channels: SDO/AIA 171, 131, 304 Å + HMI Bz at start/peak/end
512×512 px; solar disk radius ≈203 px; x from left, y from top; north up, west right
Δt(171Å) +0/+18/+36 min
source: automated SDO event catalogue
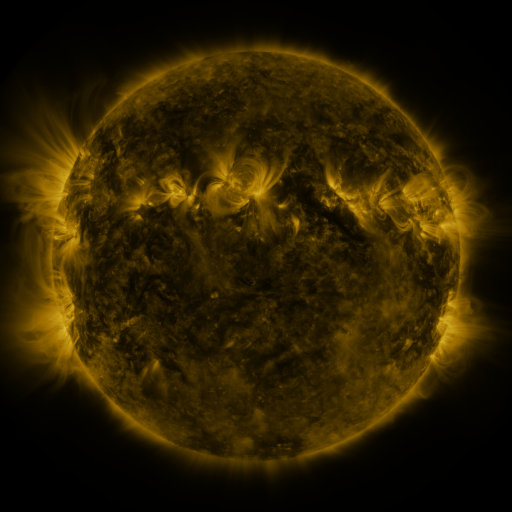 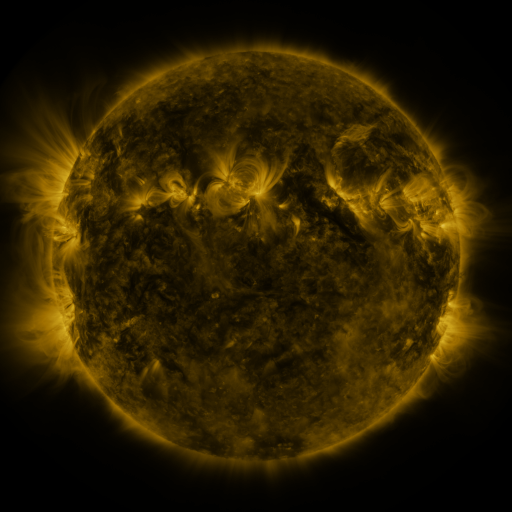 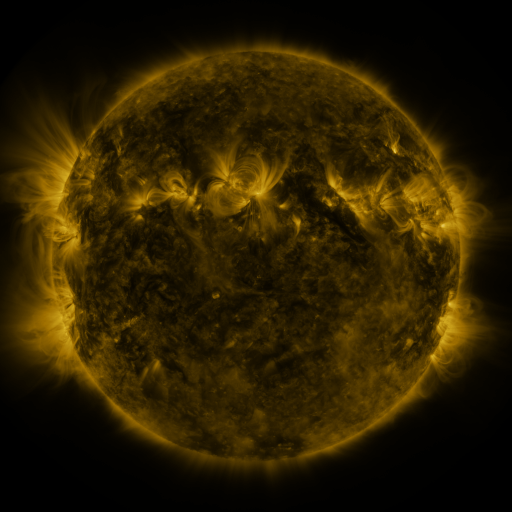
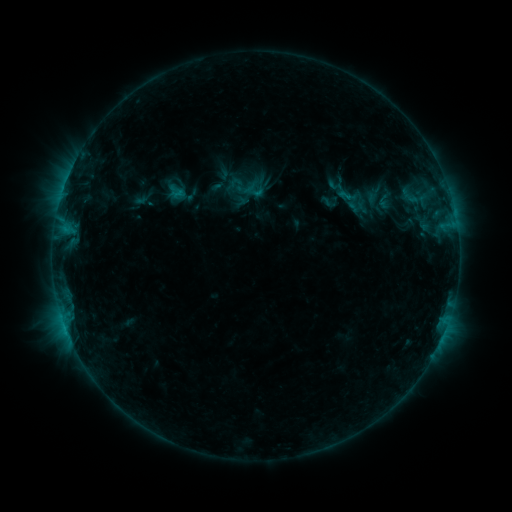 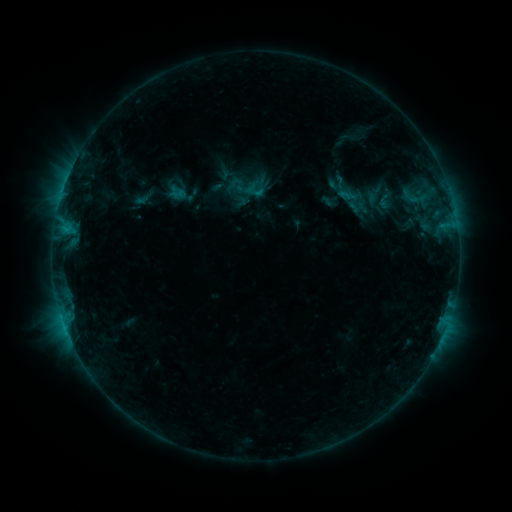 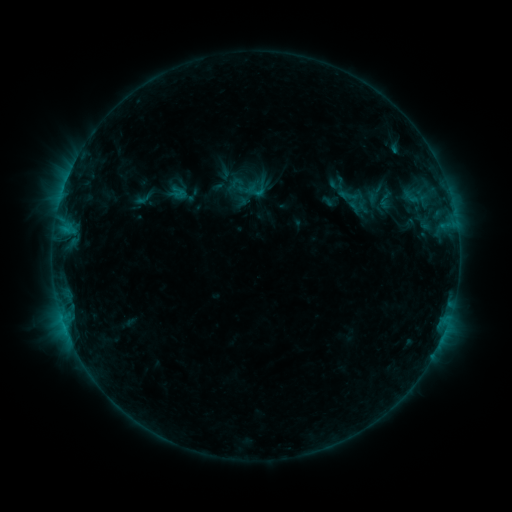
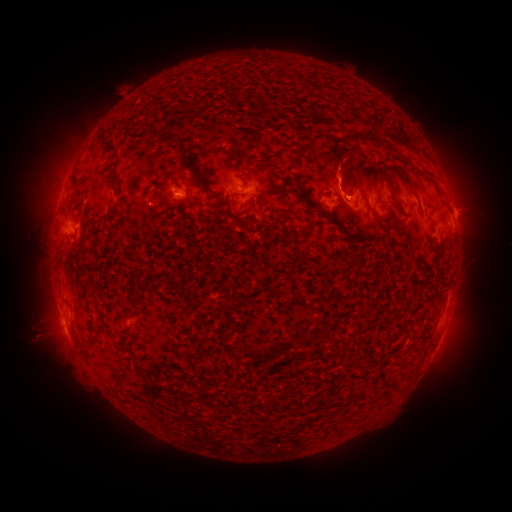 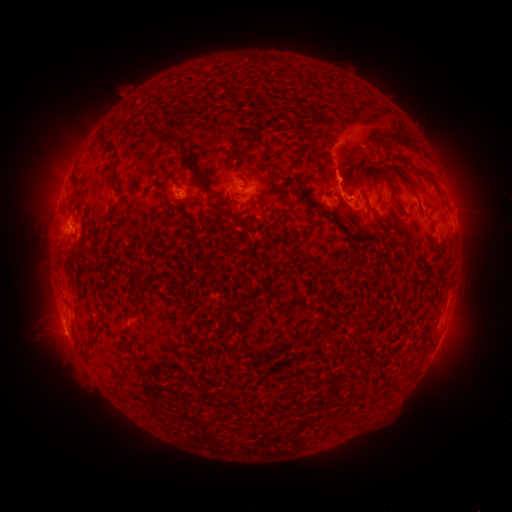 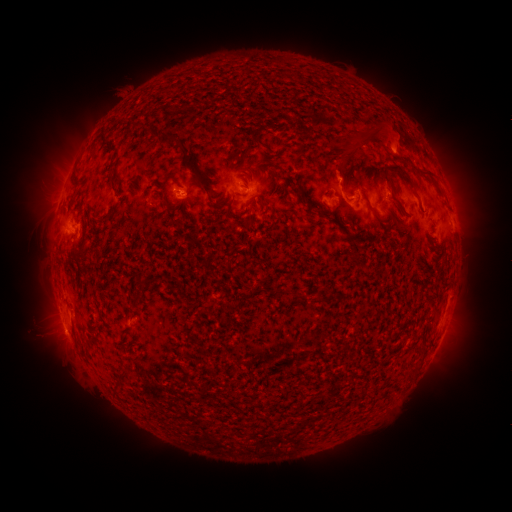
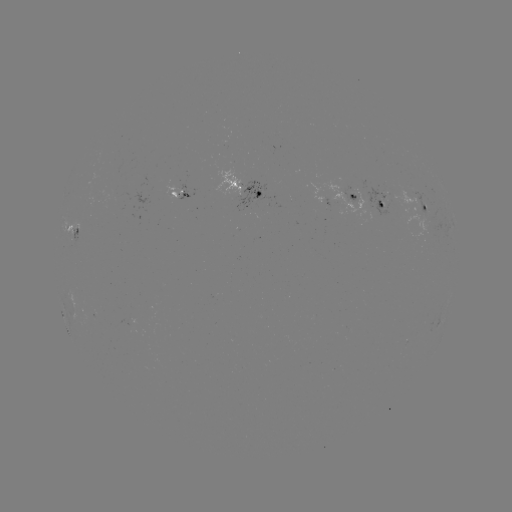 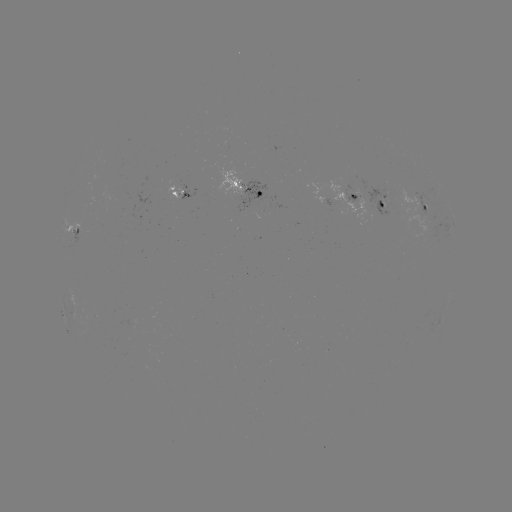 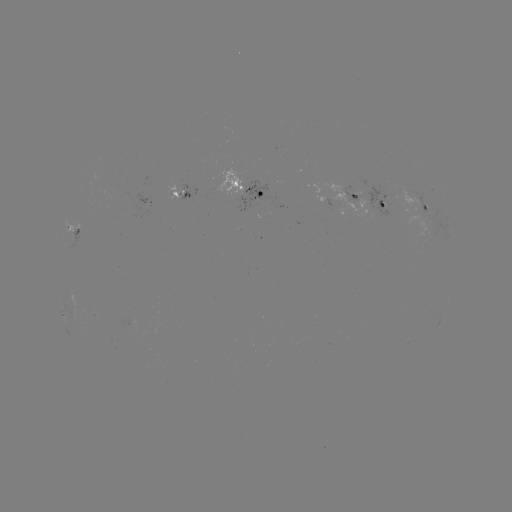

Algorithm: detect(eruption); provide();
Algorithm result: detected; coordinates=(352, 142)